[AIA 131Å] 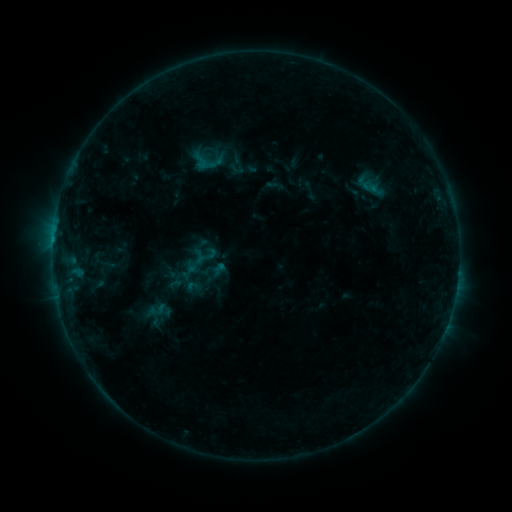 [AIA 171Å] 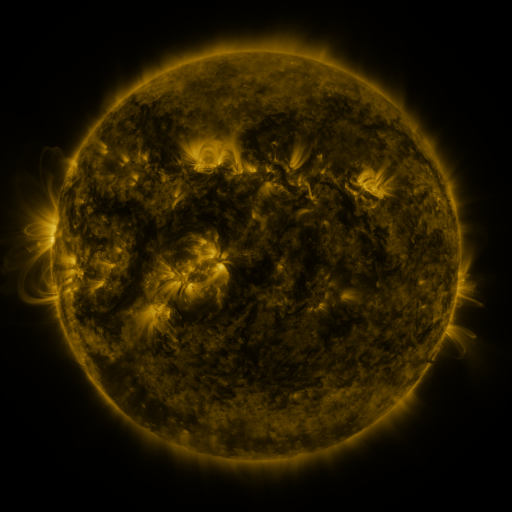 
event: sigmoid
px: (196, 264)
